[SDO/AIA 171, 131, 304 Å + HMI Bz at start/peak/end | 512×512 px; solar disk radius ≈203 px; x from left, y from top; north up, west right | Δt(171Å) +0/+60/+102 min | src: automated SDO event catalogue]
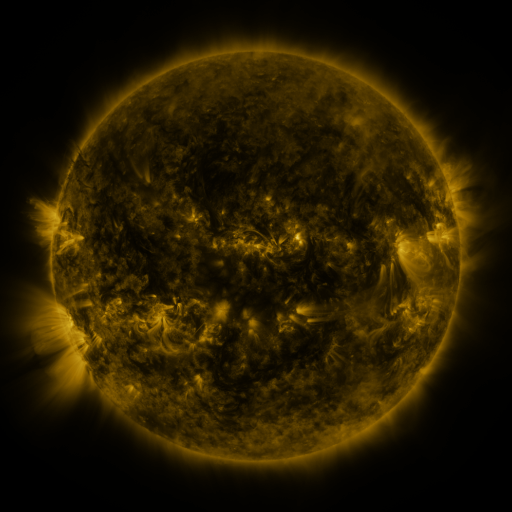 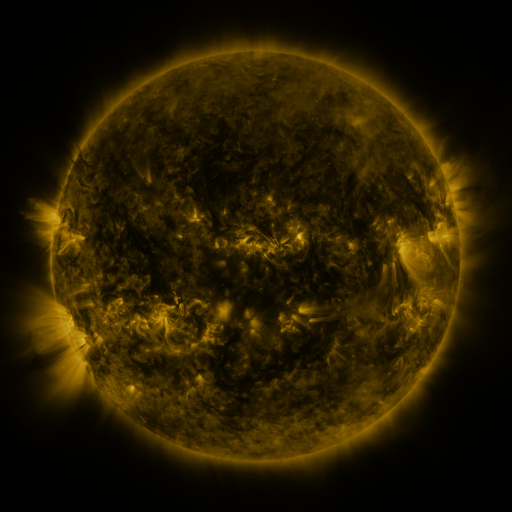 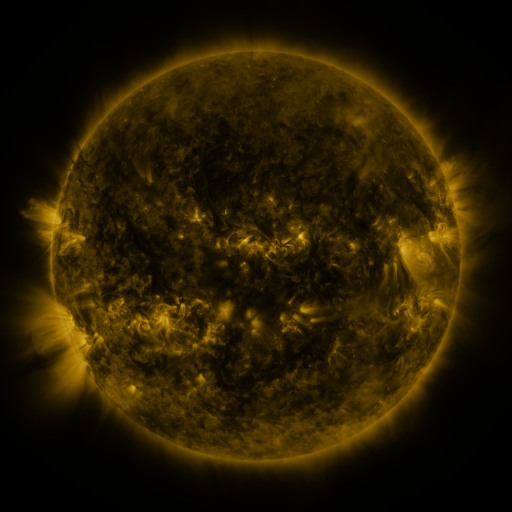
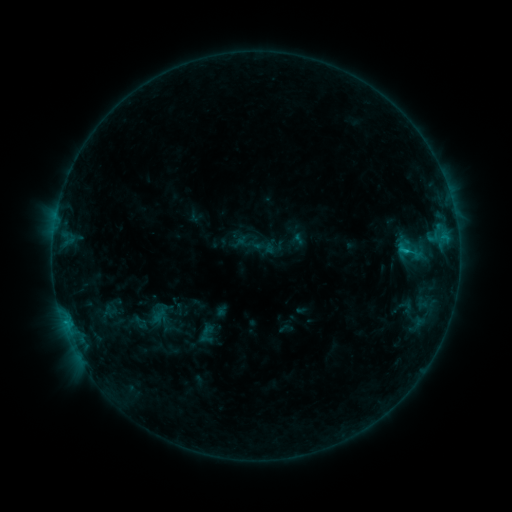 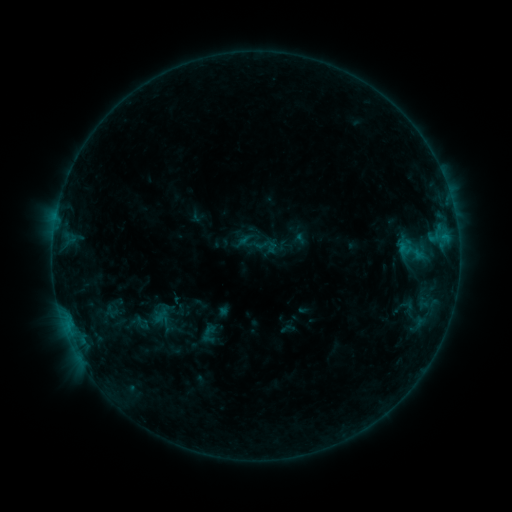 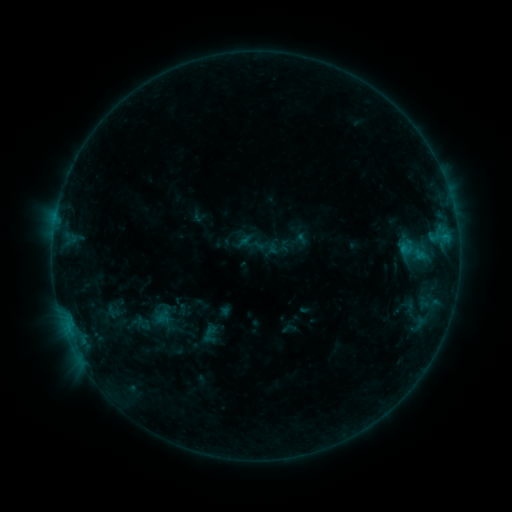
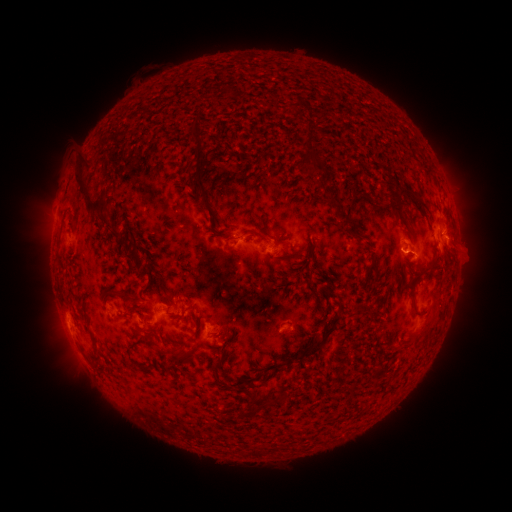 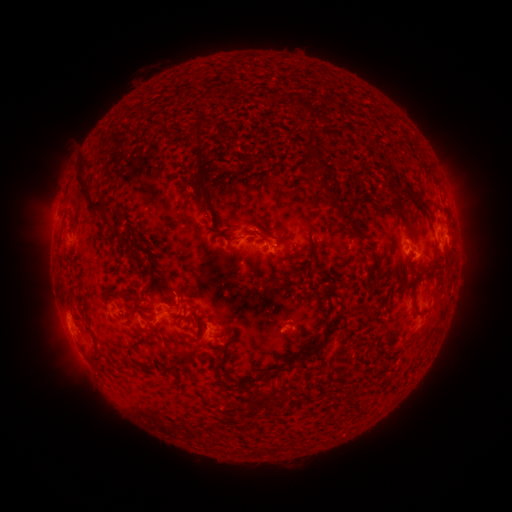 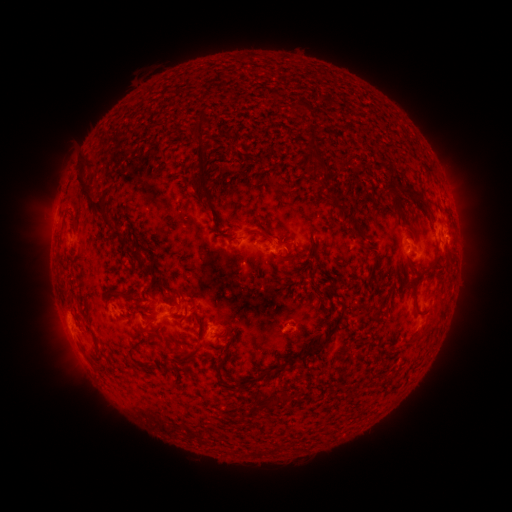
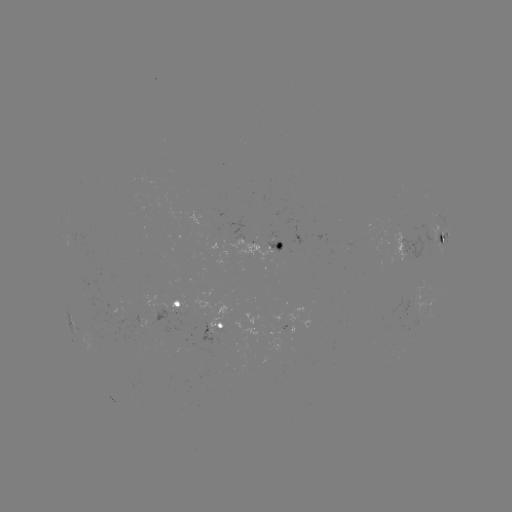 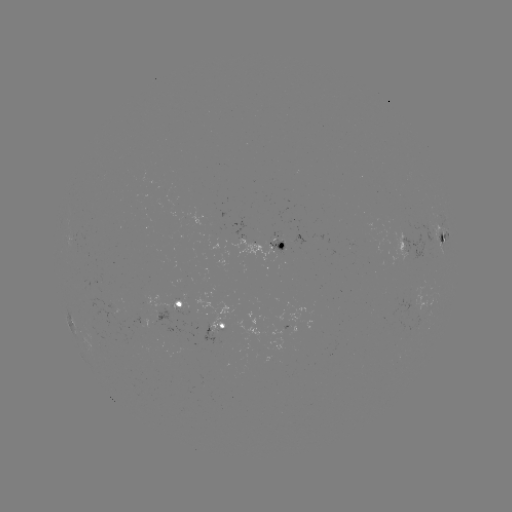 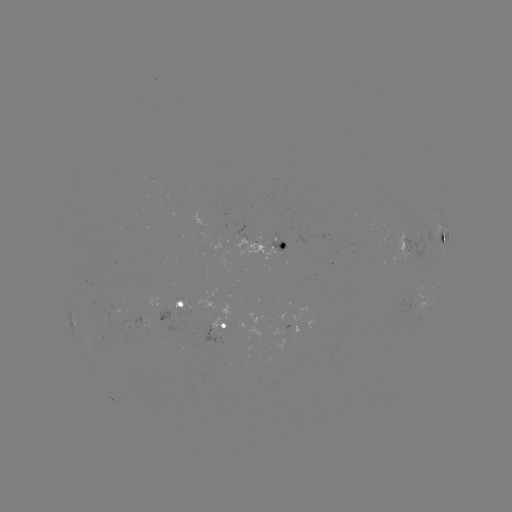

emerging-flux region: [230, 239, 275, 261]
